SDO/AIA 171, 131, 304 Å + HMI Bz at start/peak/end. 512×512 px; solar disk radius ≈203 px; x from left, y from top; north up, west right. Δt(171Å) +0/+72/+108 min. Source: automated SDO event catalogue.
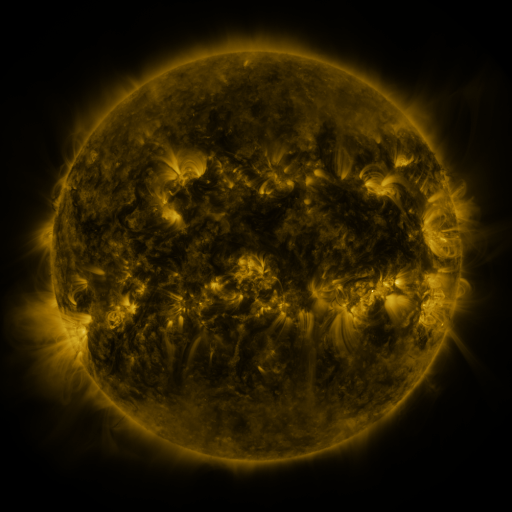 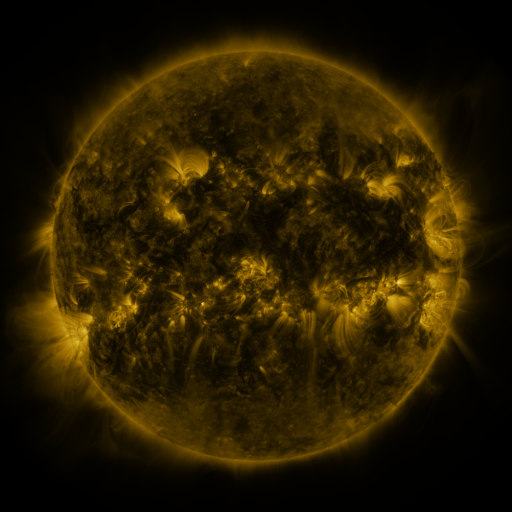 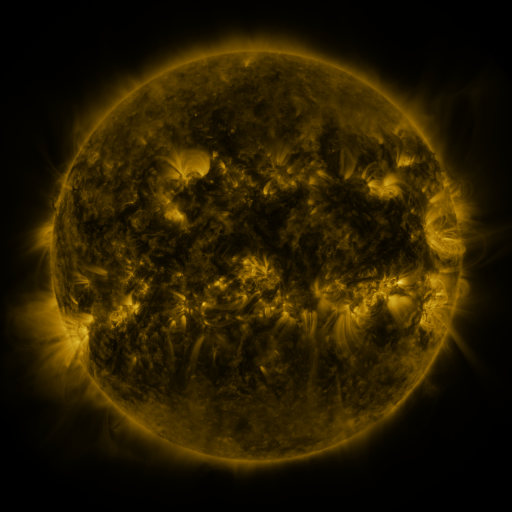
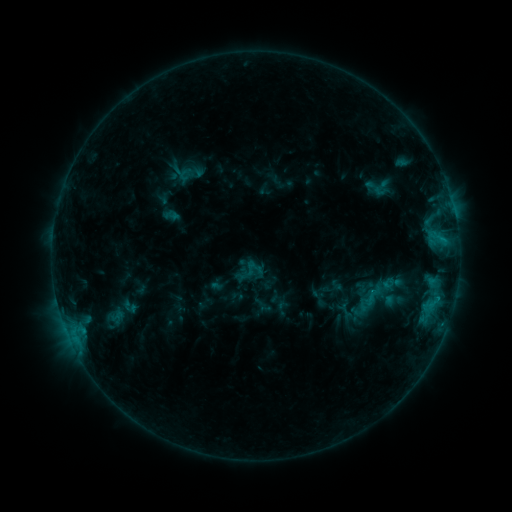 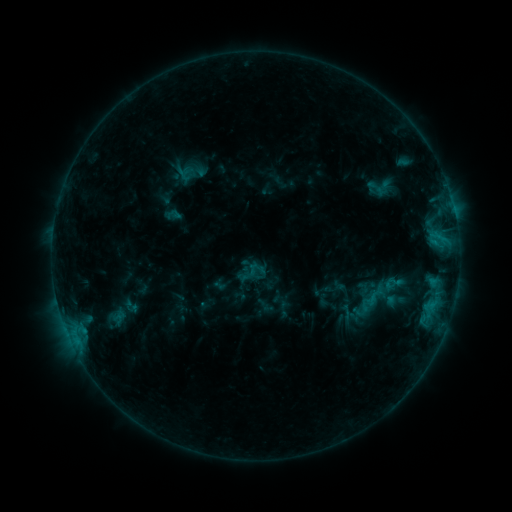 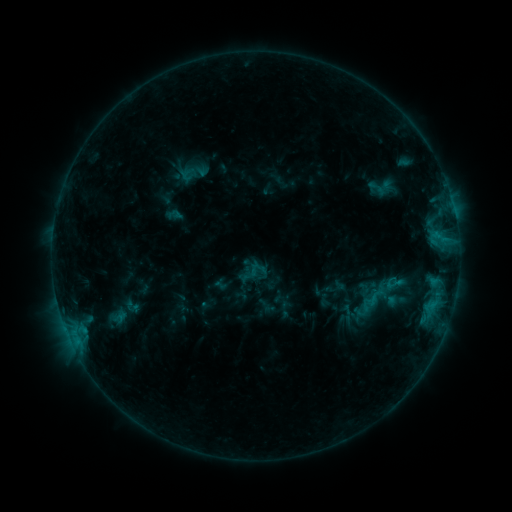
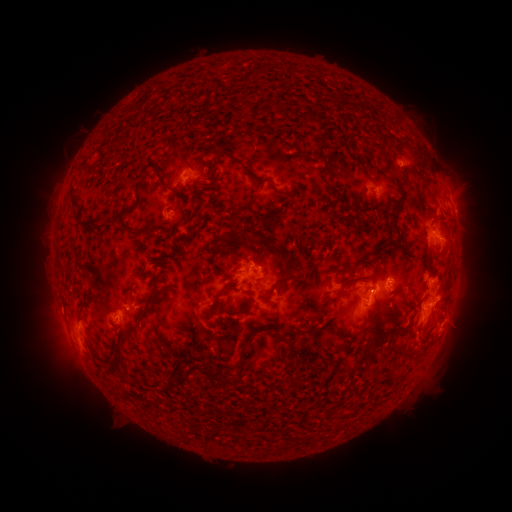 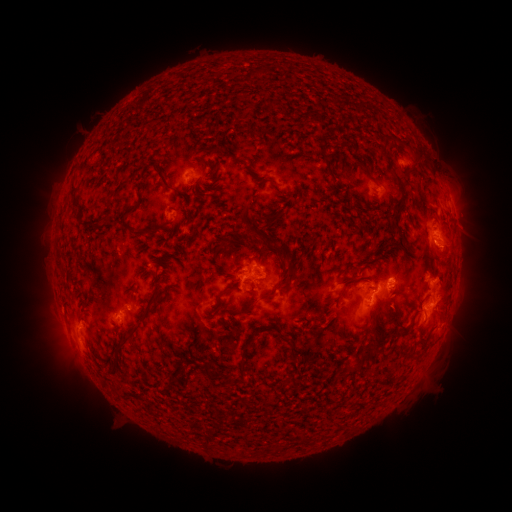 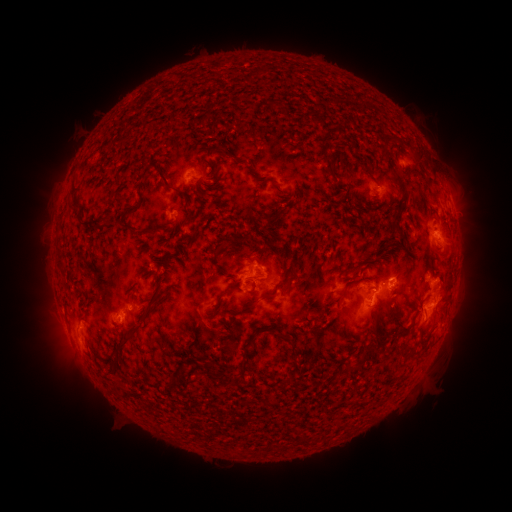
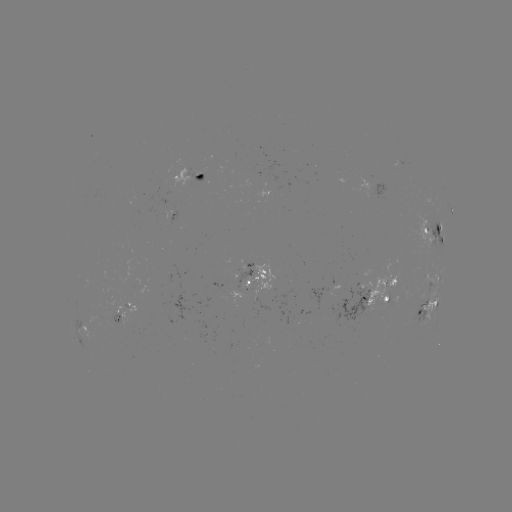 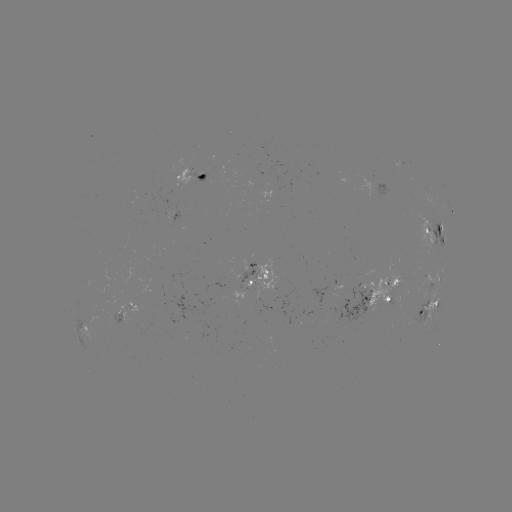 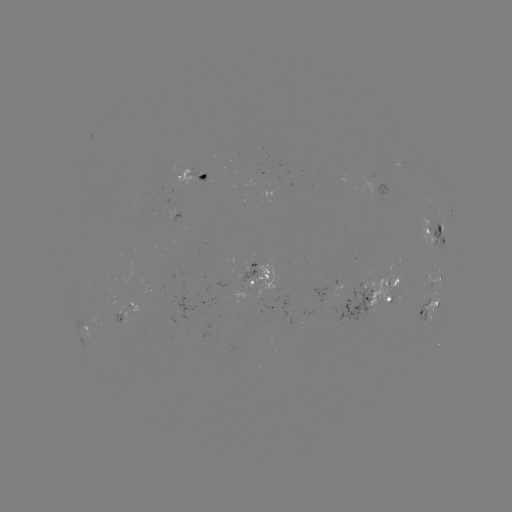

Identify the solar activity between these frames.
emerging-flux region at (248, 267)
